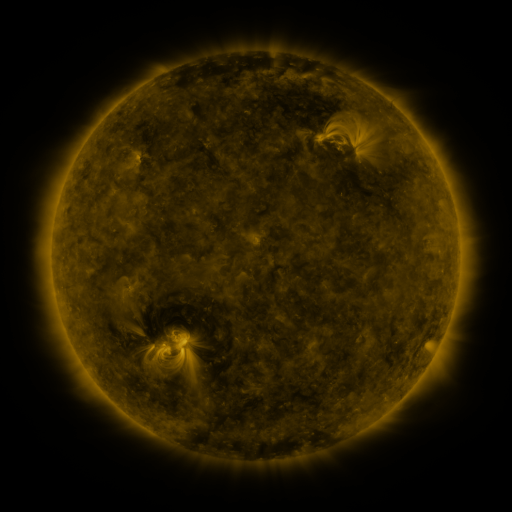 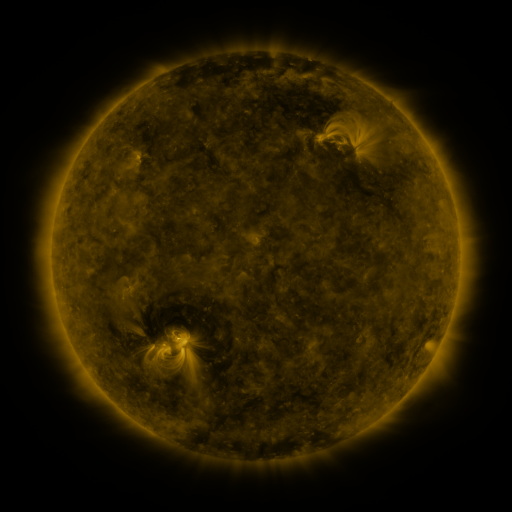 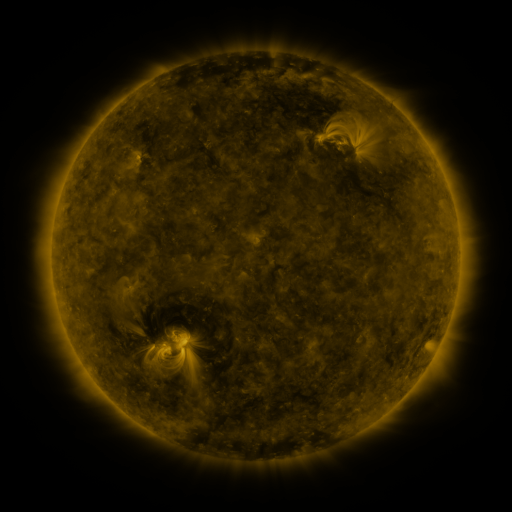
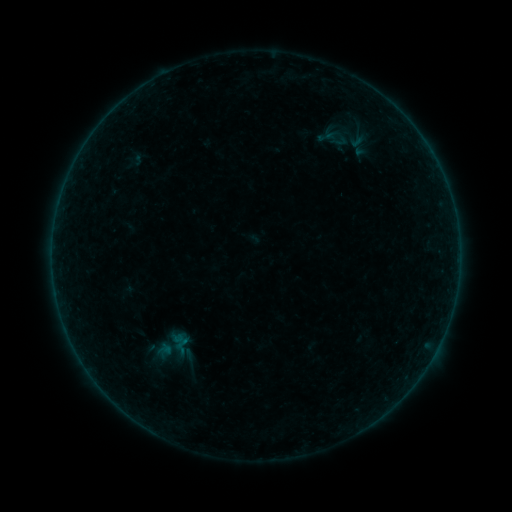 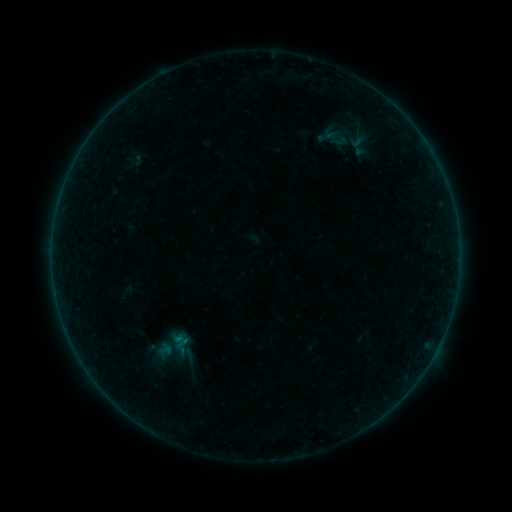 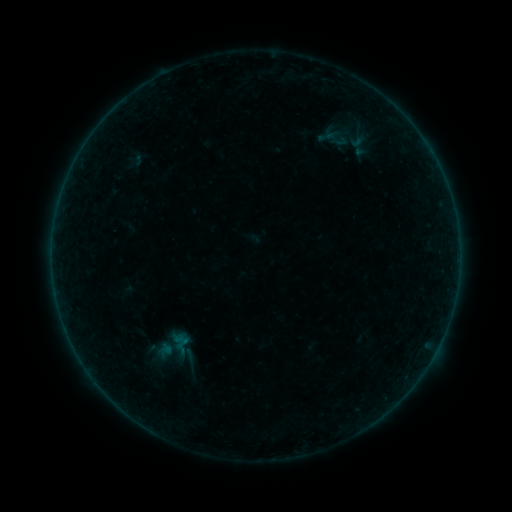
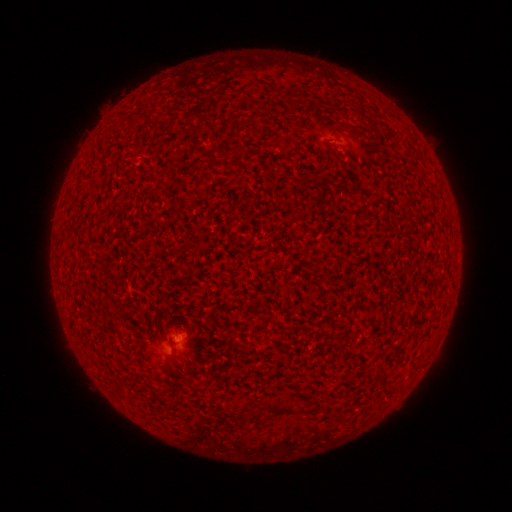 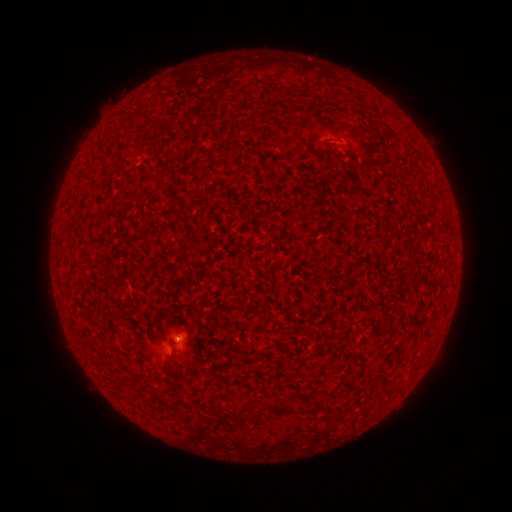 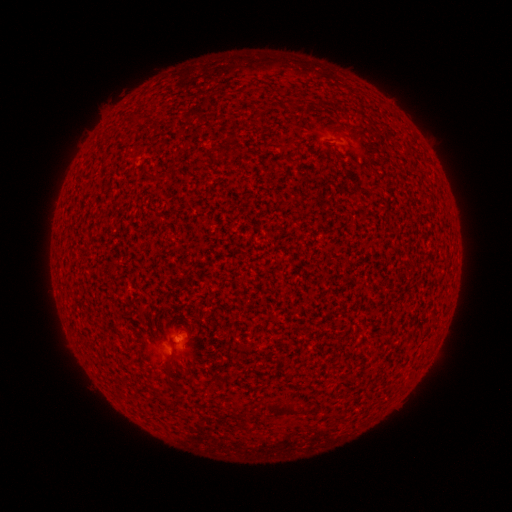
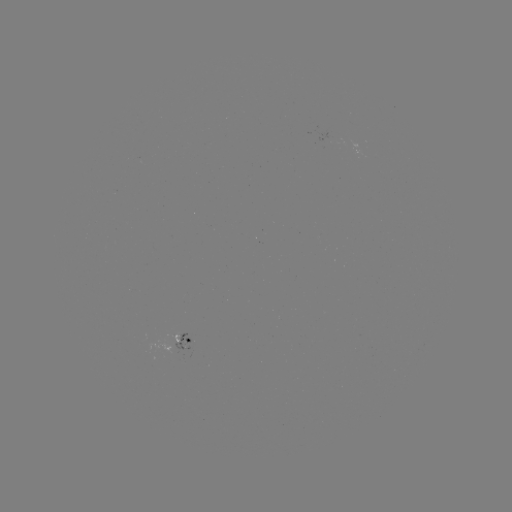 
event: flare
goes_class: A5.3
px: (179, 336)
